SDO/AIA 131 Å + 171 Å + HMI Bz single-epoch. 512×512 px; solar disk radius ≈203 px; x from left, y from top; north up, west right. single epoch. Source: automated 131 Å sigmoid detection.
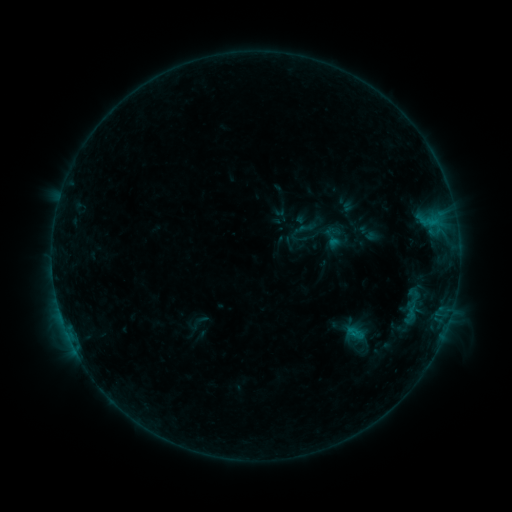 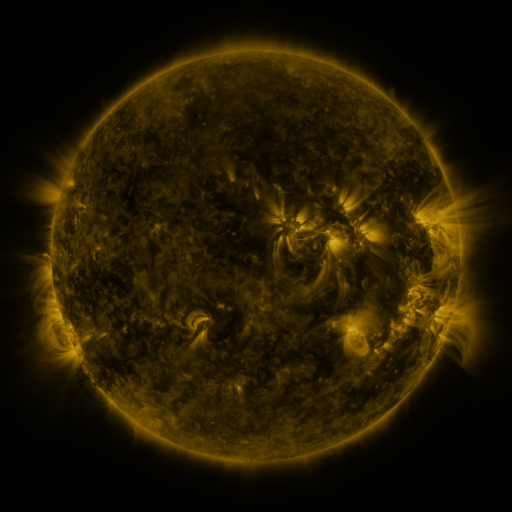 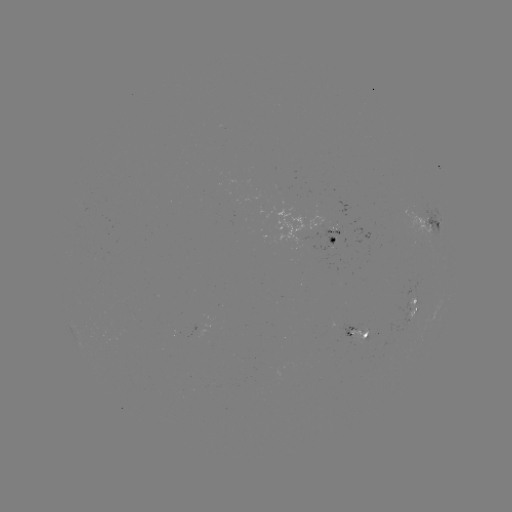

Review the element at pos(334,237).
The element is sigmoid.